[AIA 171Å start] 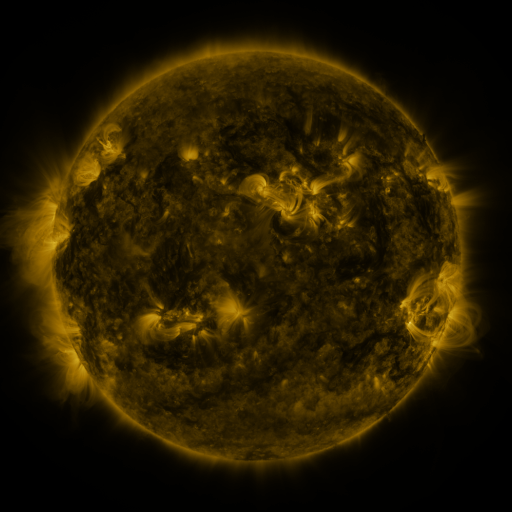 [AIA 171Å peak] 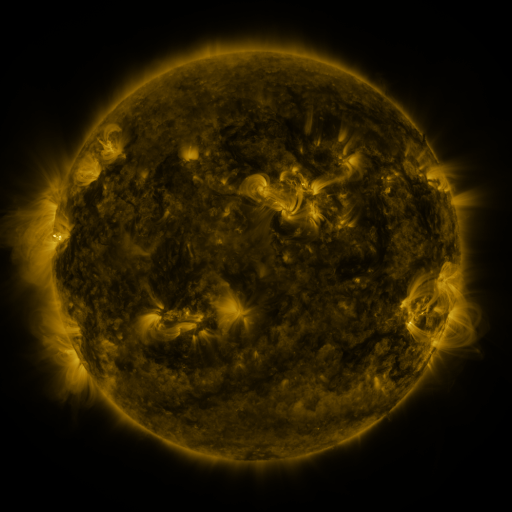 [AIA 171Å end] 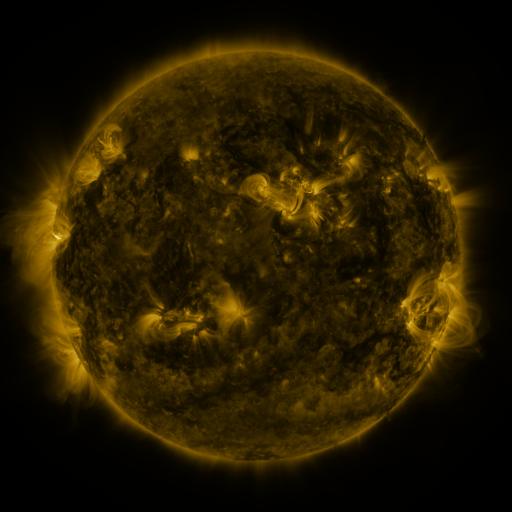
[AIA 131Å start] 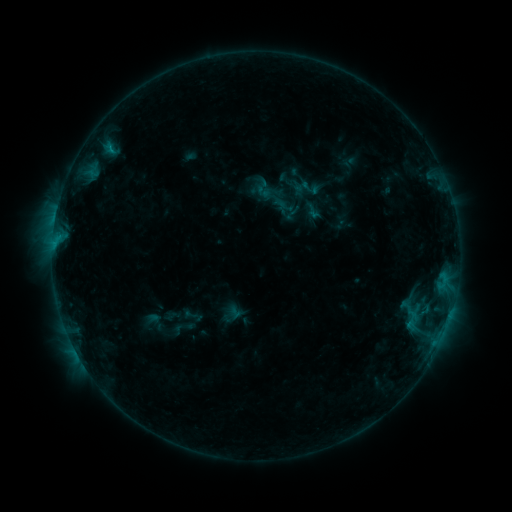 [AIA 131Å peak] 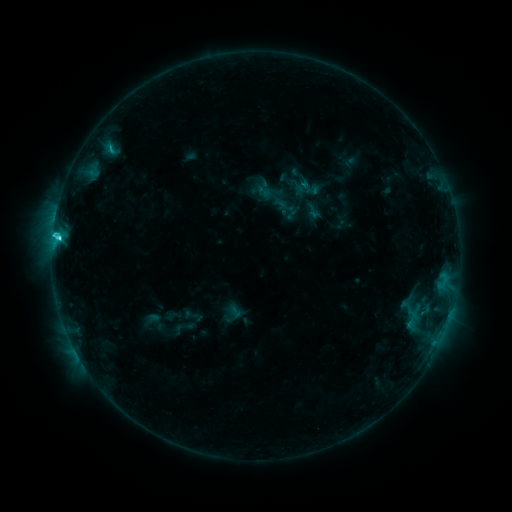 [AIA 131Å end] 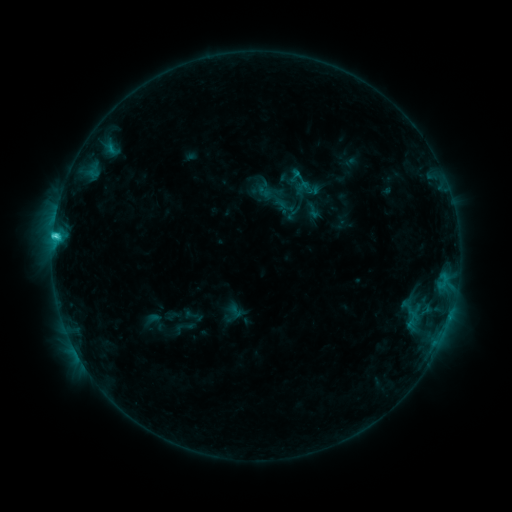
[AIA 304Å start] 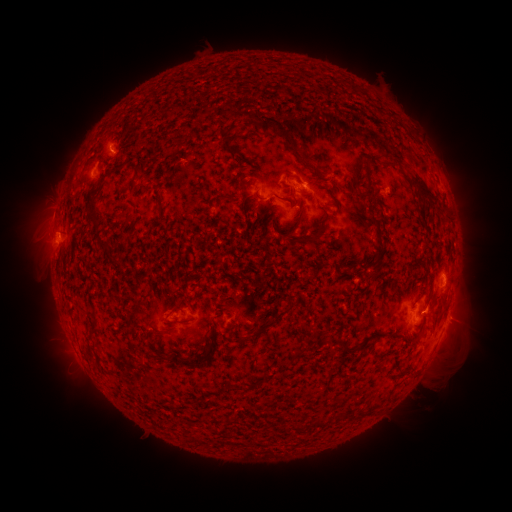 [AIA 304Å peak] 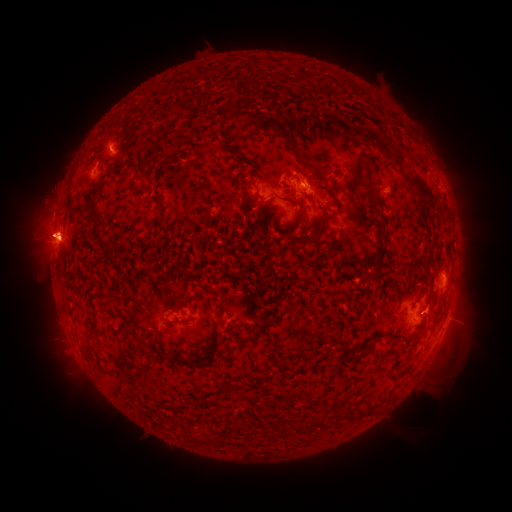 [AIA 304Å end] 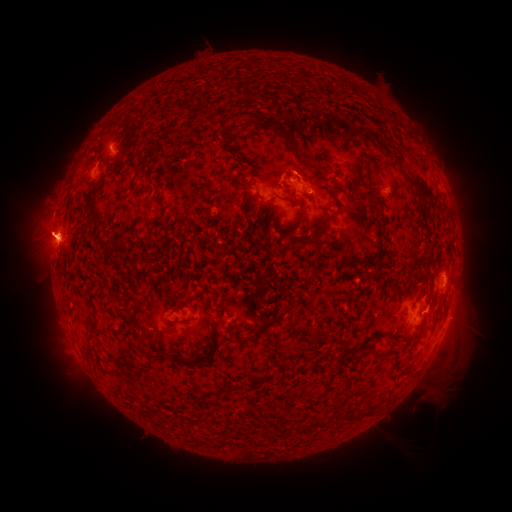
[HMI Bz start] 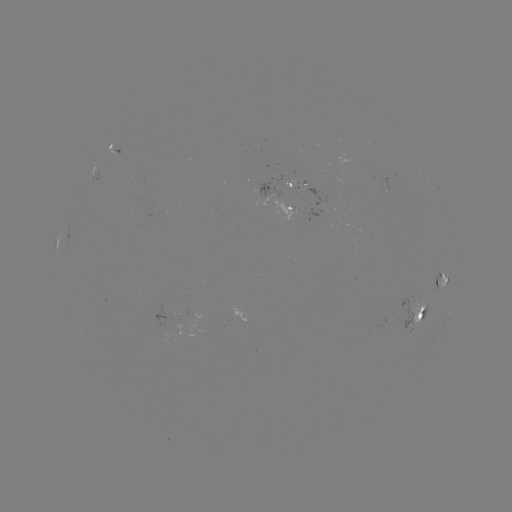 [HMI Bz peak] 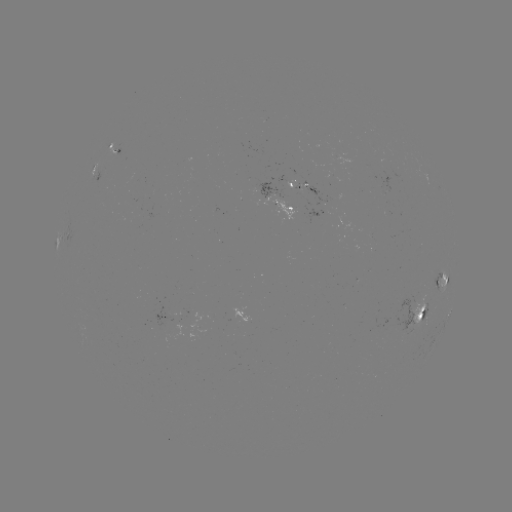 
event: eruption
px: (40, 235)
